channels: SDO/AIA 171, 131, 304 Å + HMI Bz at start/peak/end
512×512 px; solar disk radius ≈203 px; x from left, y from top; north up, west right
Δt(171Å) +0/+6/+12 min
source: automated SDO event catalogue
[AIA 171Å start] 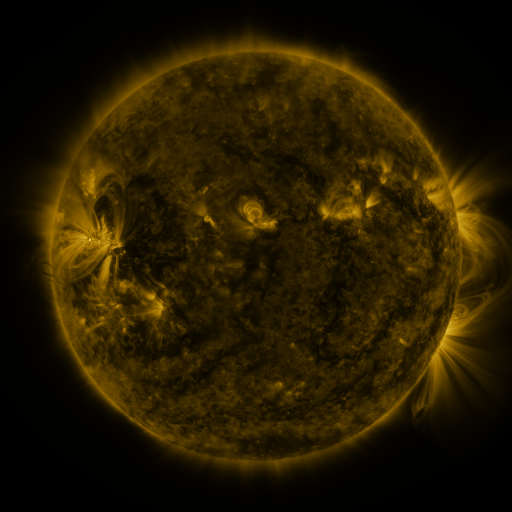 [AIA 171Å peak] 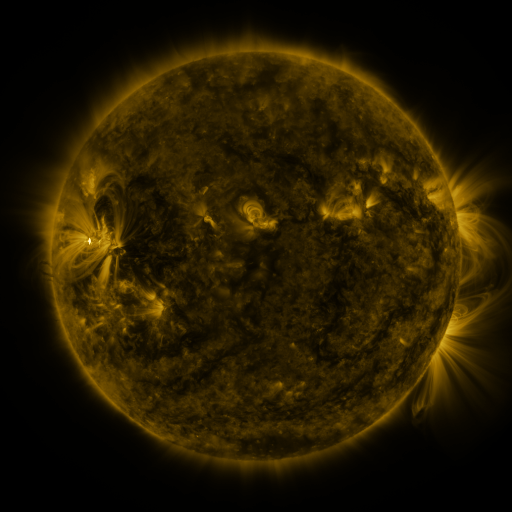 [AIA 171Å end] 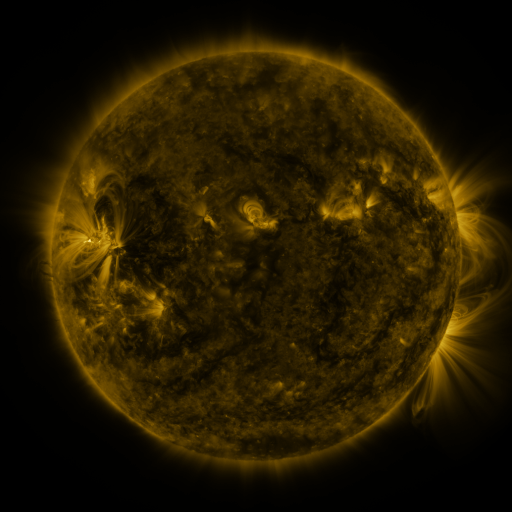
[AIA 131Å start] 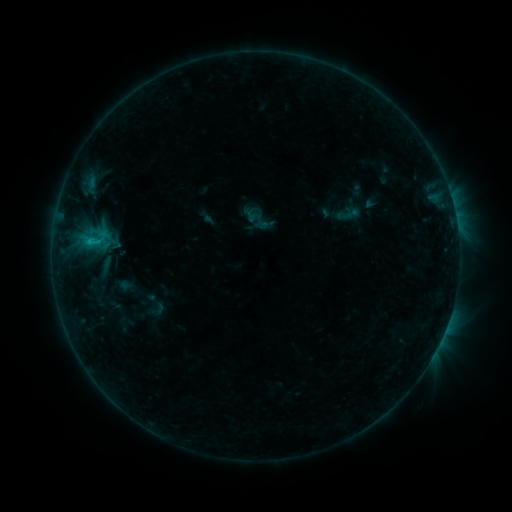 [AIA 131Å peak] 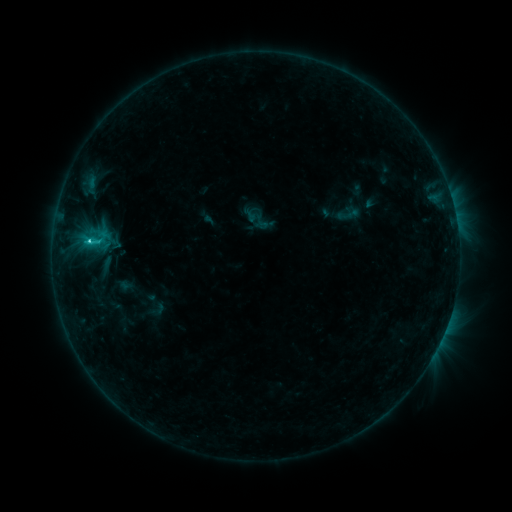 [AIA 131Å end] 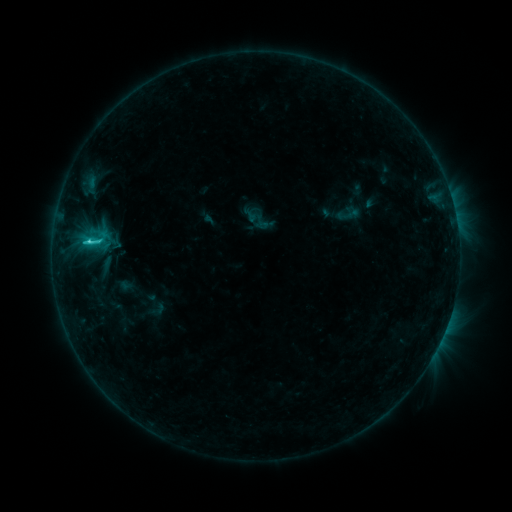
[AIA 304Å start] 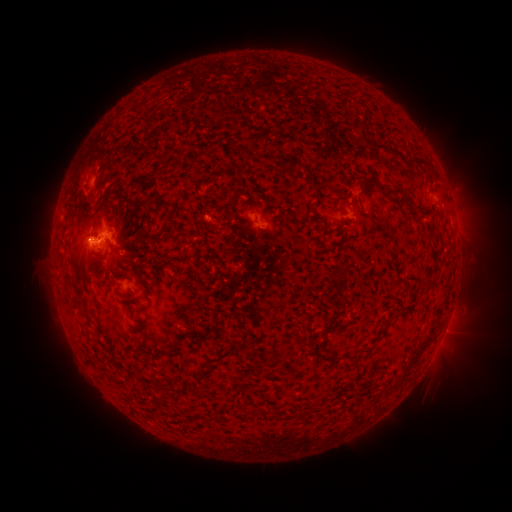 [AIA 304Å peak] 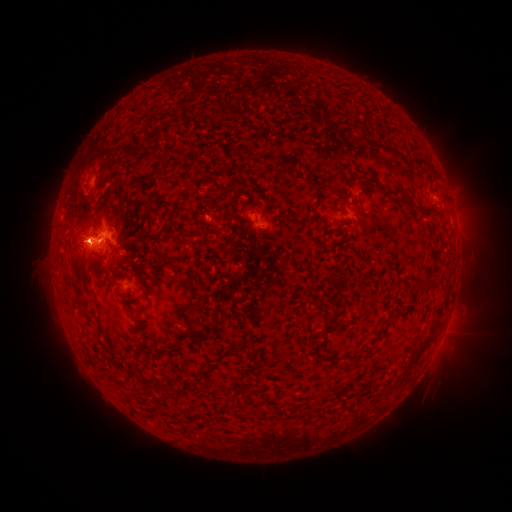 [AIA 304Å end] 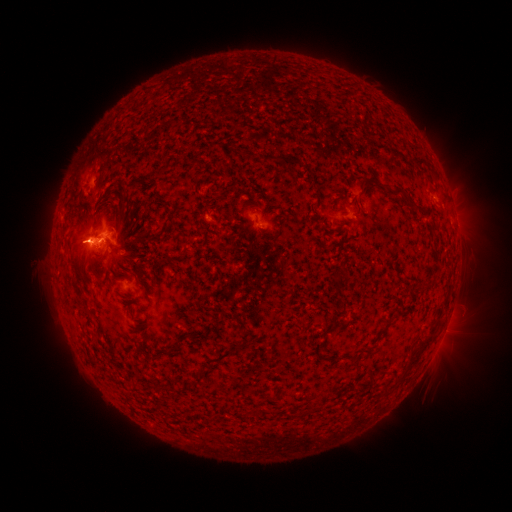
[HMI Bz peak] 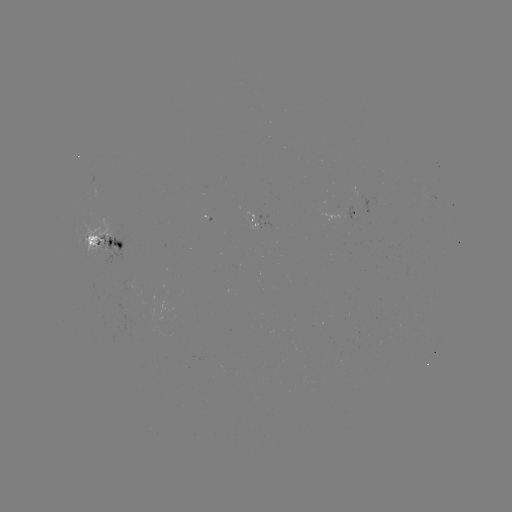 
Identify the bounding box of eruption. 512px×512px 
[55, 206, 106, 279].